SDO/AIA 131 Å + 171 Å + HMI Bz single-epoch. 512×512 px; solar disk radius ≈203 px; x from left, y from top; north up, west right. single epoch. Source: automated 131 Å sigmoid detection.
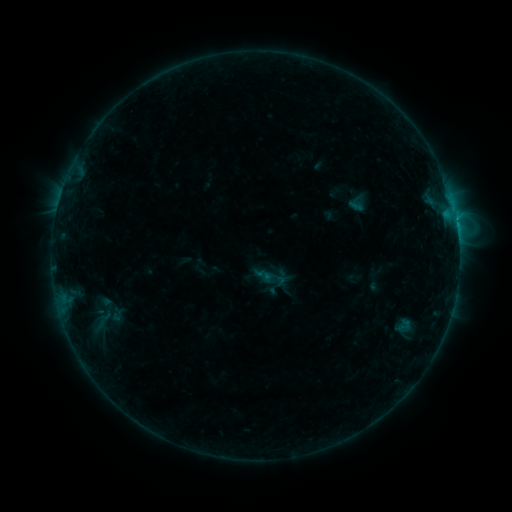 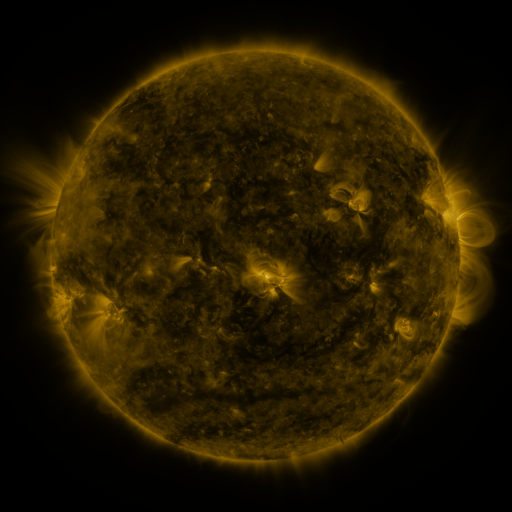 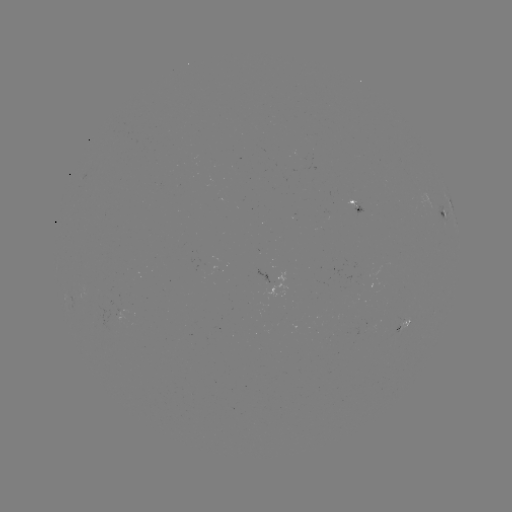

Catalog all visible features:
sigmoid: <bbox>263, 266, 286, 290</bbox>
sigmoid: <bbox>92, 308, 117, 324</bbox>
